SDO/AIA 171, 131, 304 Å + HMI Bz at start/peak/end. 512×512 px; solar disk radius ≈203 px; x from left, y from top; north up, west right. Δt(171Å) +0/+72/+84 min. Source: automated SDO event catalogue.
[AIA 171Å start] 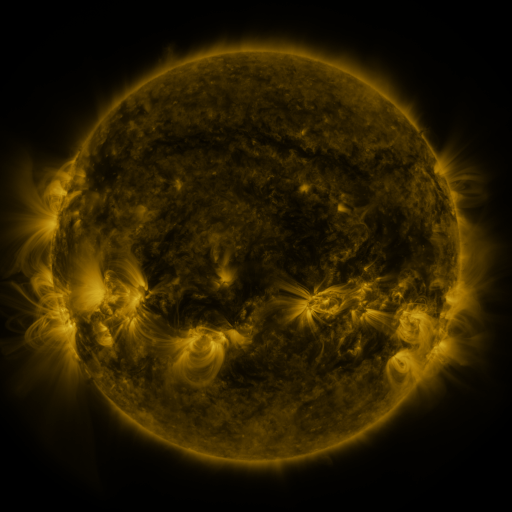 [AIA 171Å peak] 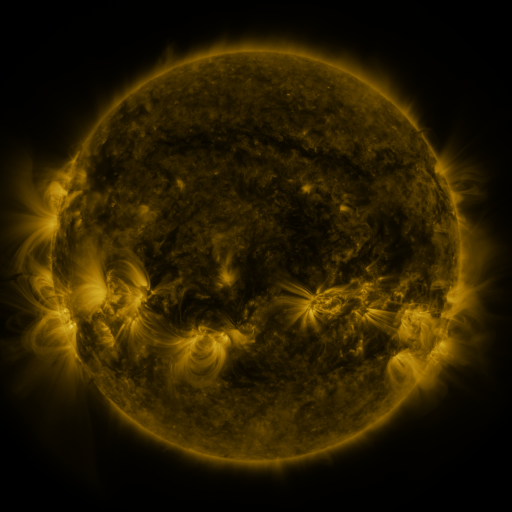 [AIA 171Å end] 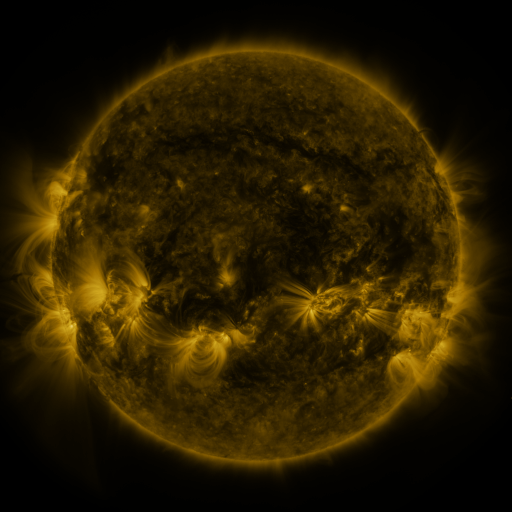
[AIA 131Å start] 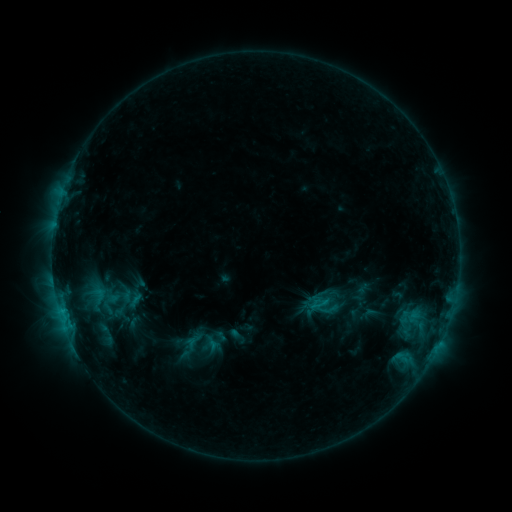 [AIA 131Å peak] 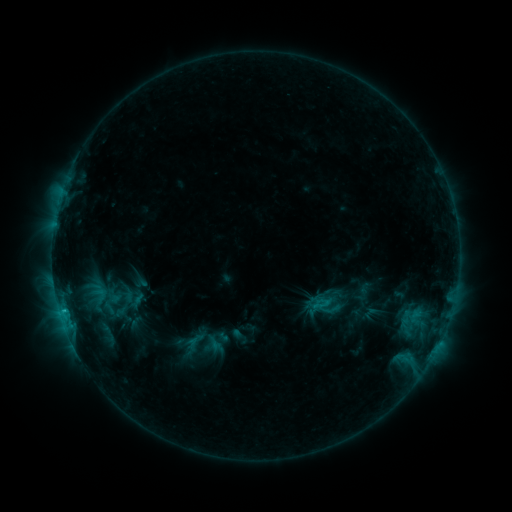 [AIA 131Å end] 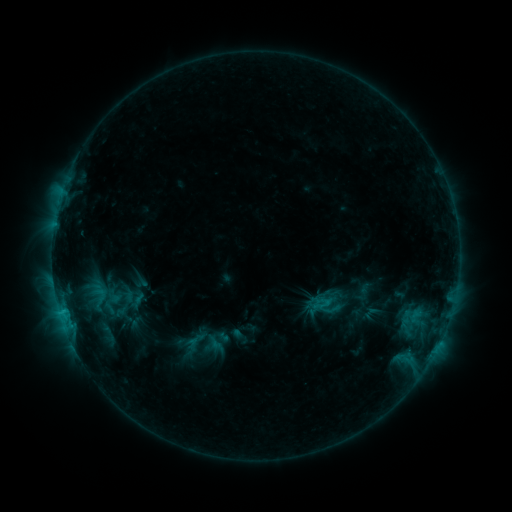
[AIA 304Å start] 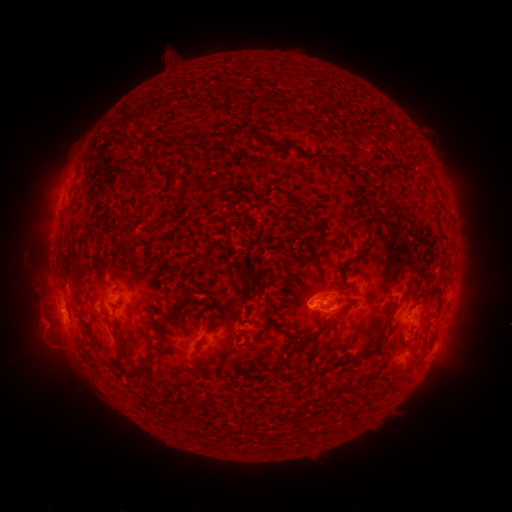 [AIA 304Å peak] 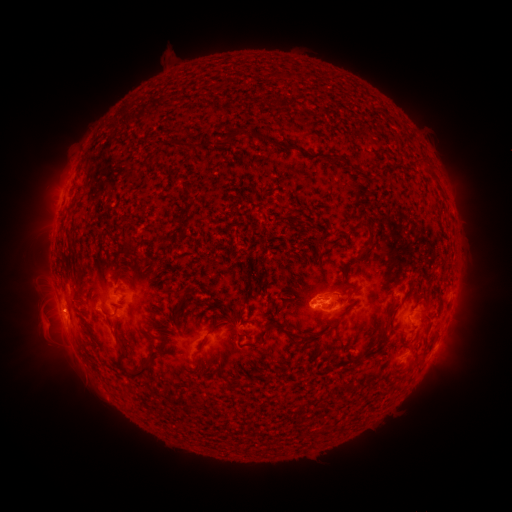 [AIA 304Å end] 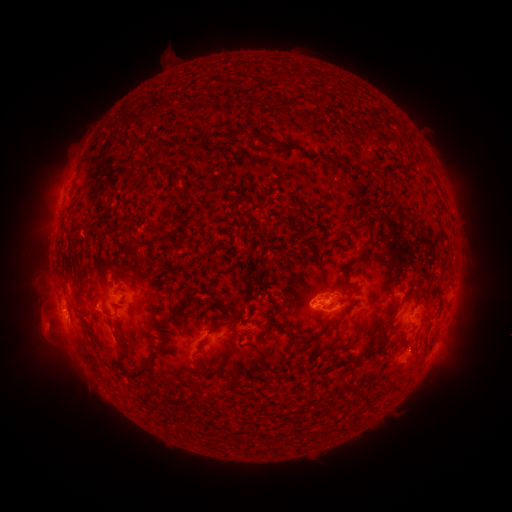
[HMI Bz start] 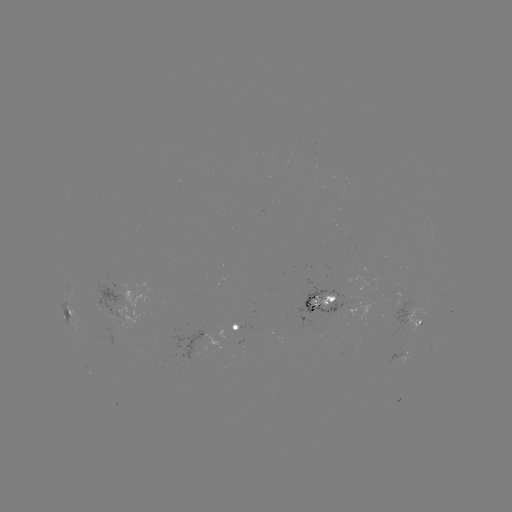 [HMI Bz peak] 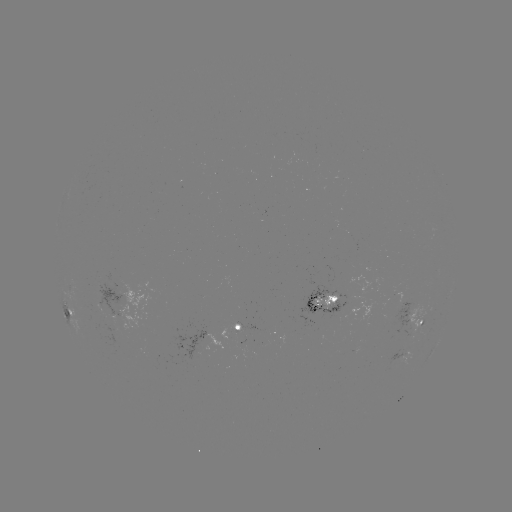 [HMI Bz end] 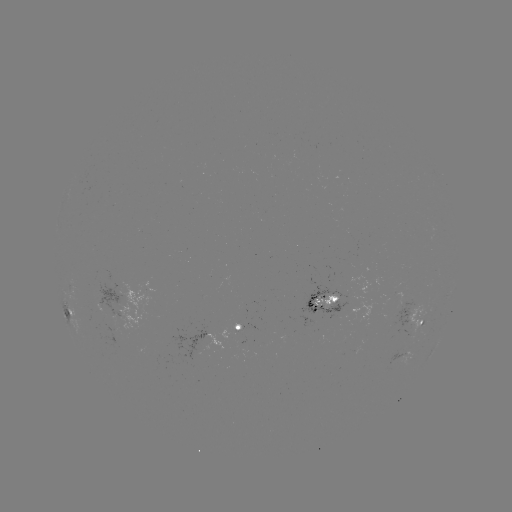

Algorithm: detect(emerging-flux region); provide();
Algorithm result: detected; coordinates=(128, 303)